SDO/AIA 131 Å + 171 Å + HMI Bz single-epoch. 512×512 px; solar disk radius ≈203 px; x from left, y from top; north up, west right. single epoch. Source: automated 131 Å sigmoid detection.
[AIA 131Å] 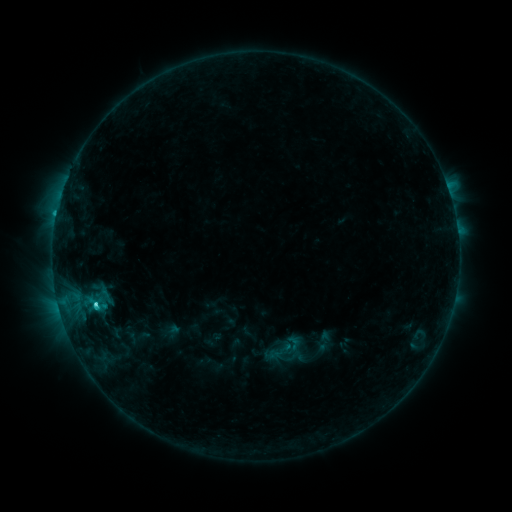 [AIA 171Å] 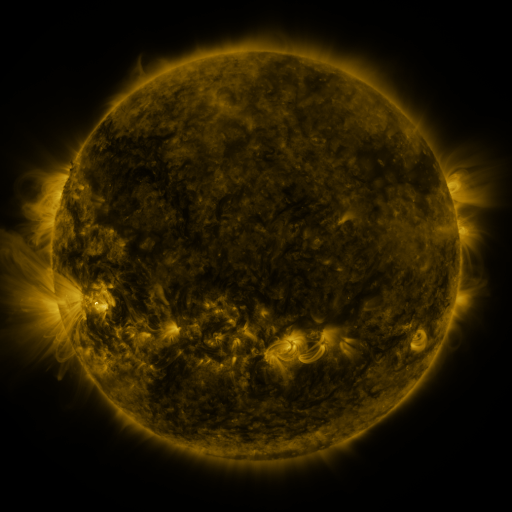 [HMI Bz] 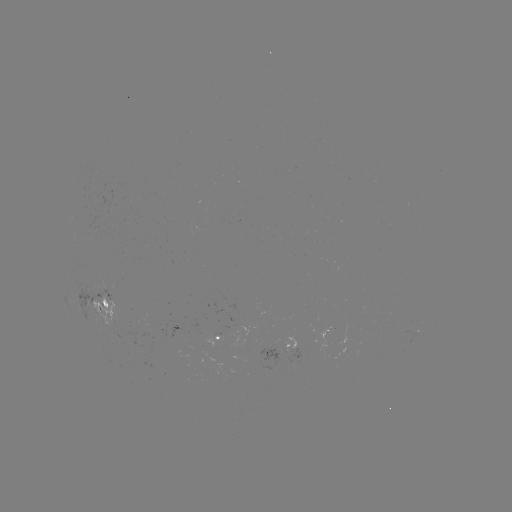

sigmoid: (285, 334, 302, 351)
